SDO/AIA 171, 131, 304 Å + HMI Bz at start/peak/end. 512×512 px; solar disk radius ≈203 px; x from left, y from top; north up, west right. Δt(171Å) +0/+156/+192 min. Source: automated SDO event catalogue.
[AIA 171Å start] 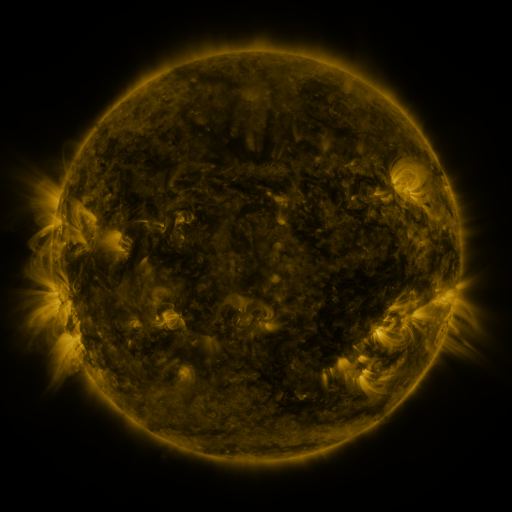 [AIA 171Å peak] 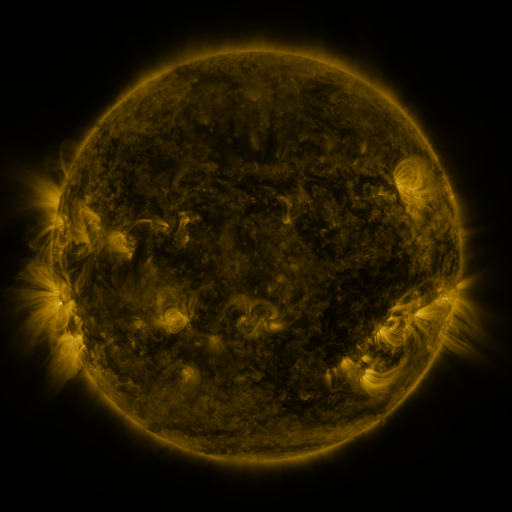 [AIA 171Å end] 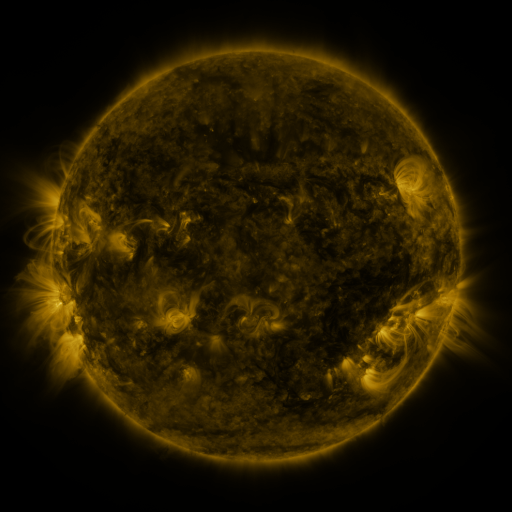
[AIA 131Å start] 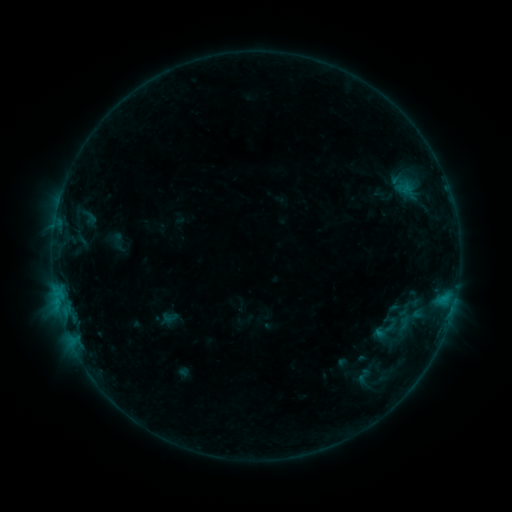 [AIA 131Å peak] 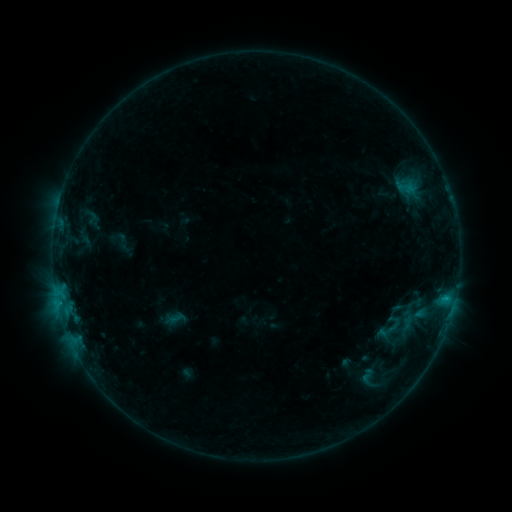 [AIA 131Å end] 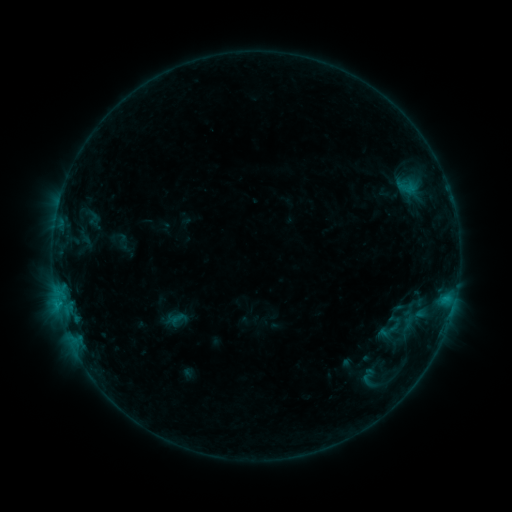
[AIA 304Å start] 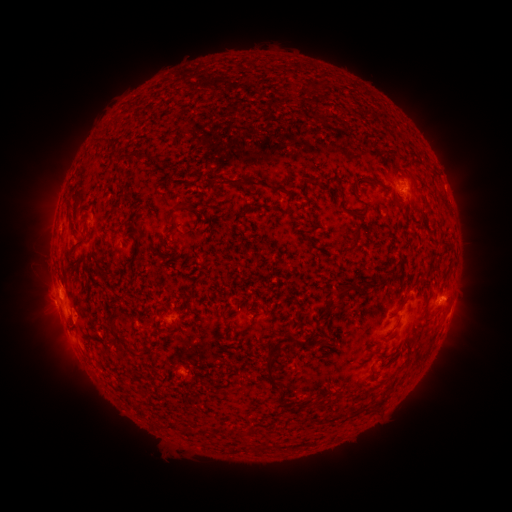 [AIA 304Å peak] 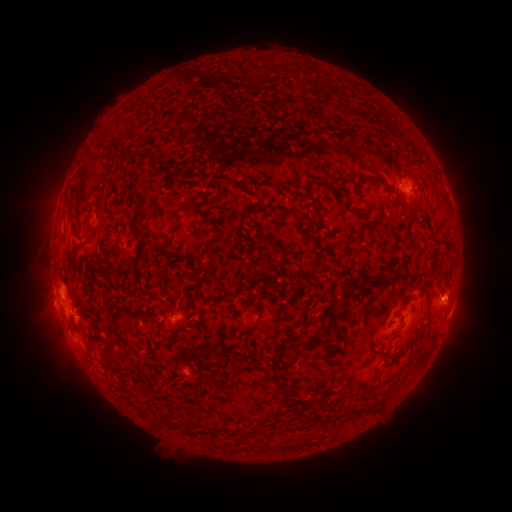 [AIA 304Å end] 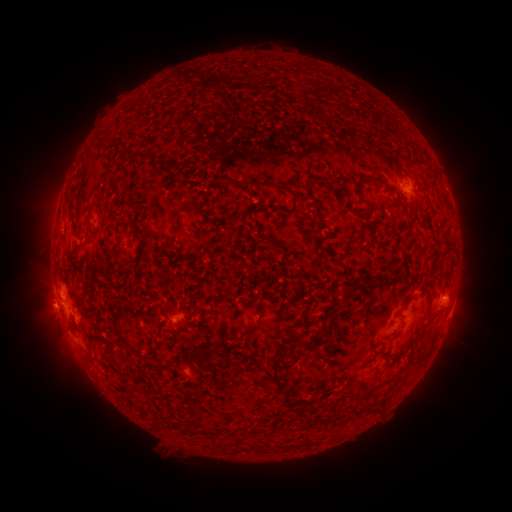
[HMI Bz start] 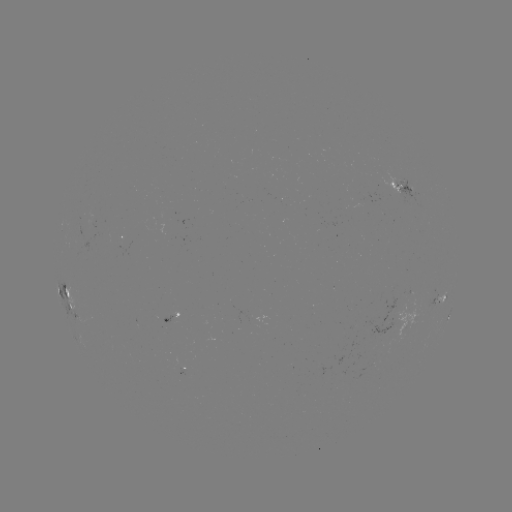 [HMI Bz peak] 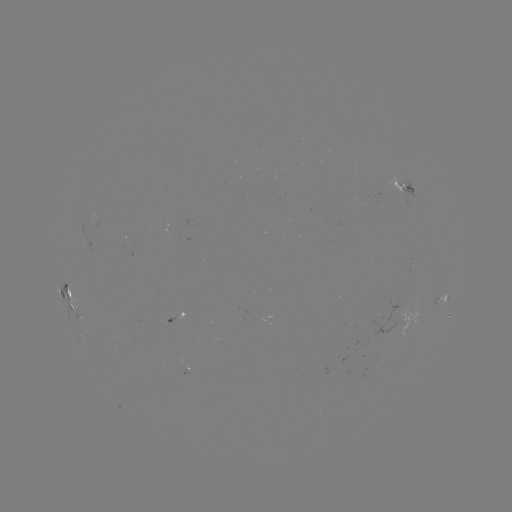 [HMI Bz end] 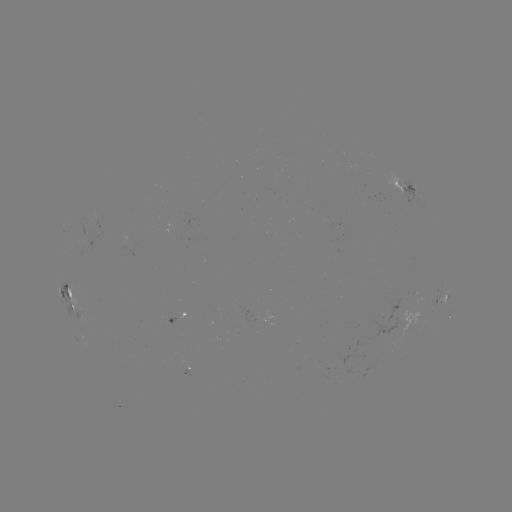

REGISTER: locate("emerging-flux region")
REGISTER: (89, 223)